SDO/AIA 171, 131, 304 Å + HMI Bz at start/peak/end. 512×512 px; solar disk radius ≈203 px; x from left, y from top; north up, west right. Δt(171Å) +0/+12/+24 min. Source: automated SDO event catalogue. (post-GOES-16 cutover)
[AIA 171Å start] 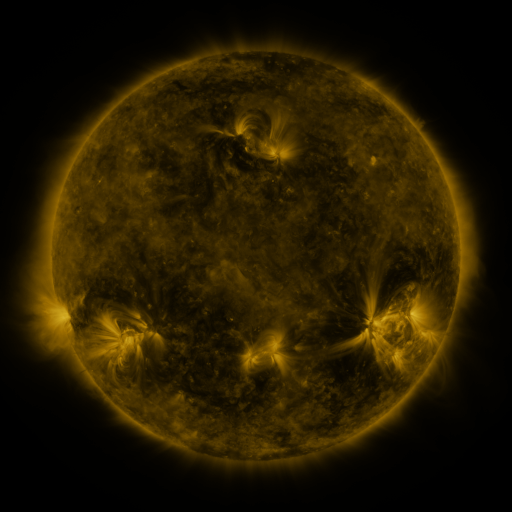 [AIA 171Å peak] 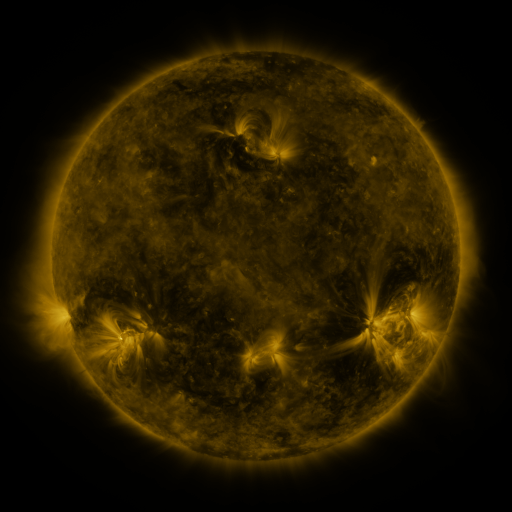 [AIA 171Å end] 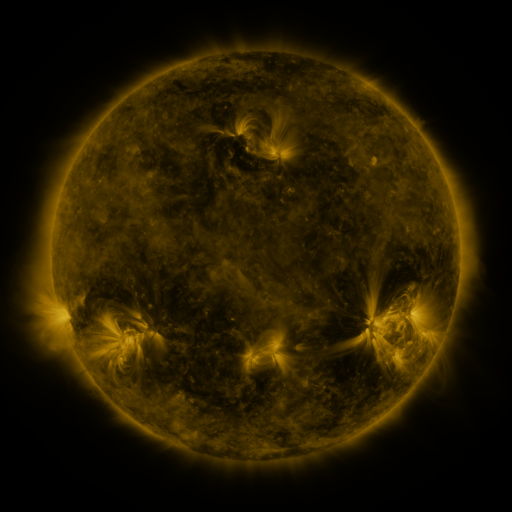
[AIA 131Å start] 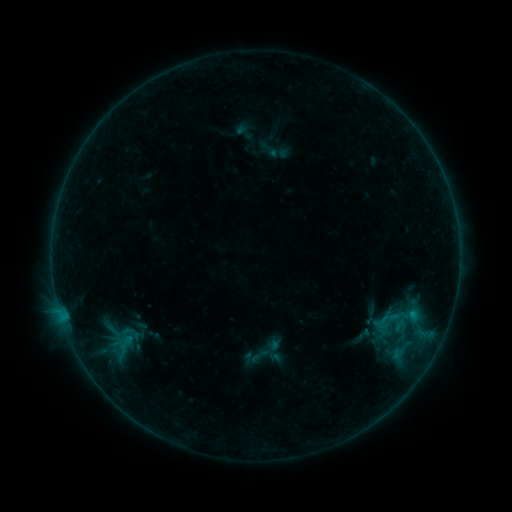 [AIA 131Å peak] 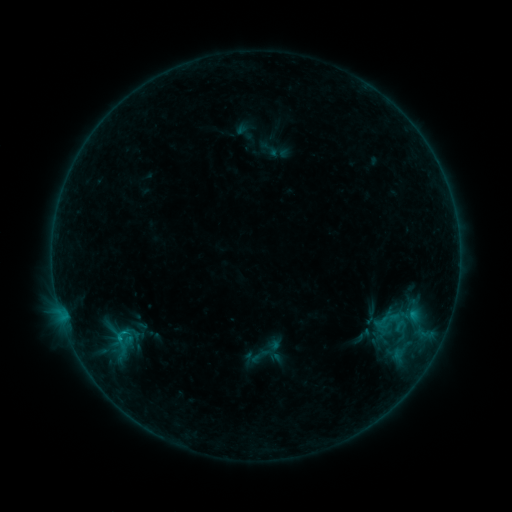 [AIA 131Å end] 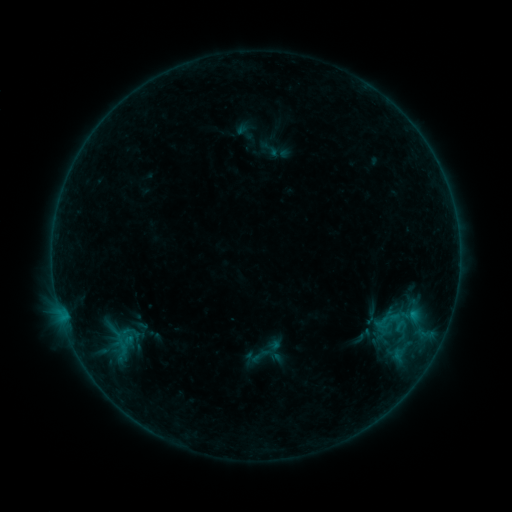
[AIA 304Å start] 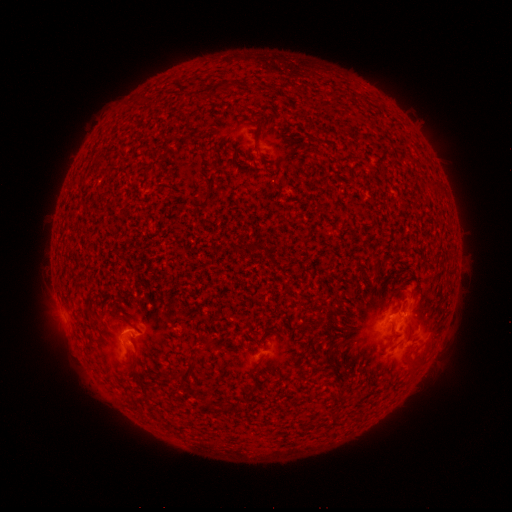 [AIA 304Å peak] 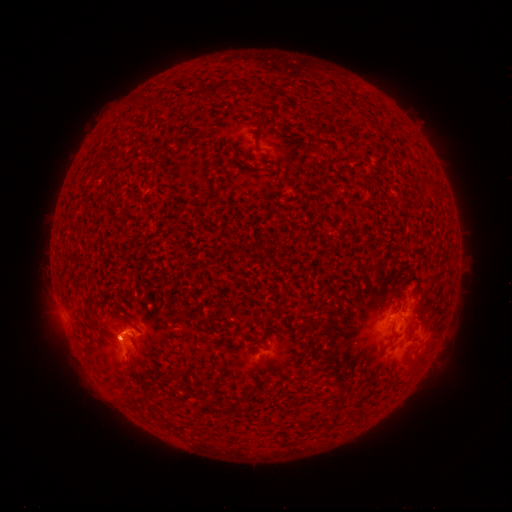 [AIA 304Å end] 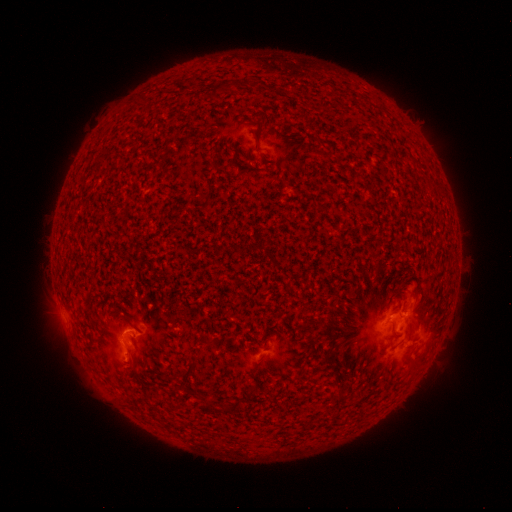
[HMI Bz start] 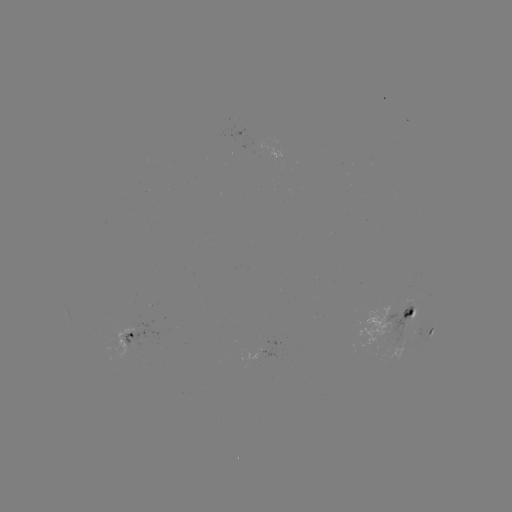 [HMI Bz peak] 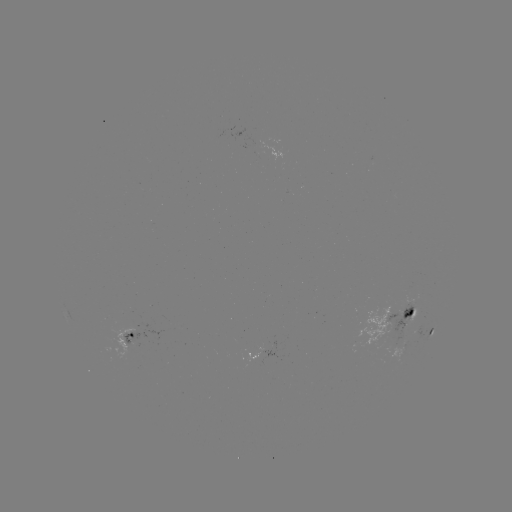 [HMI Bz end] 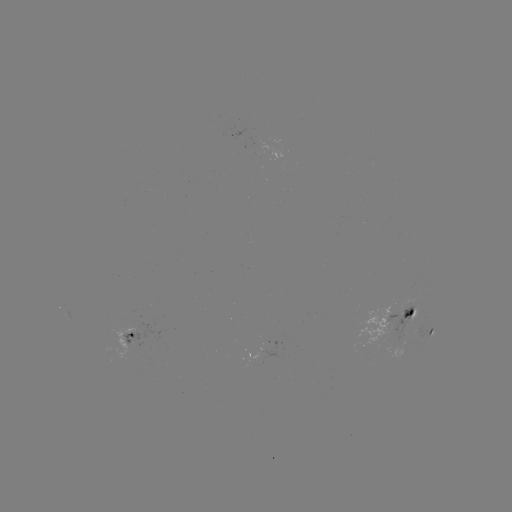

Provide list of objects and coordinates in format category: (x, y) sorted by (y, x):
B5.3 flare: (123, 330)
